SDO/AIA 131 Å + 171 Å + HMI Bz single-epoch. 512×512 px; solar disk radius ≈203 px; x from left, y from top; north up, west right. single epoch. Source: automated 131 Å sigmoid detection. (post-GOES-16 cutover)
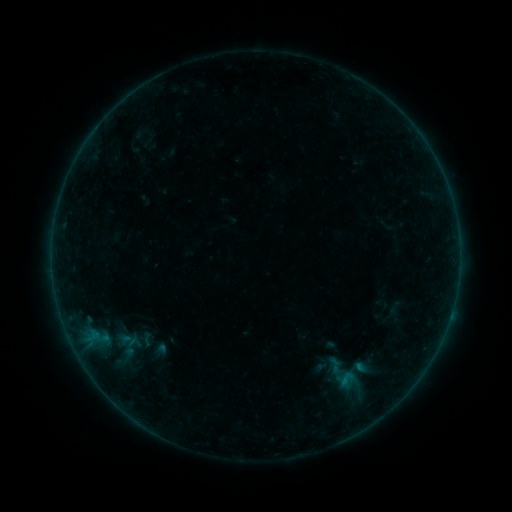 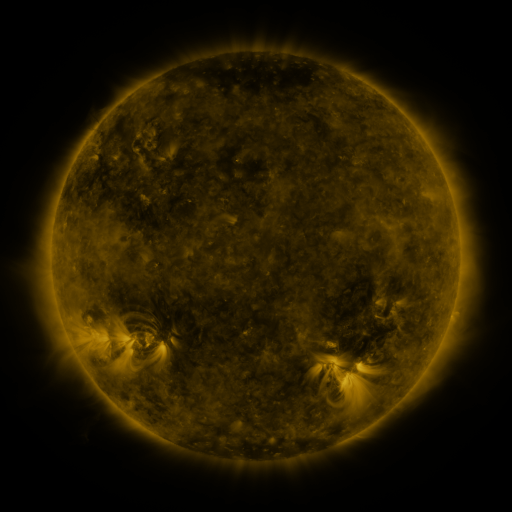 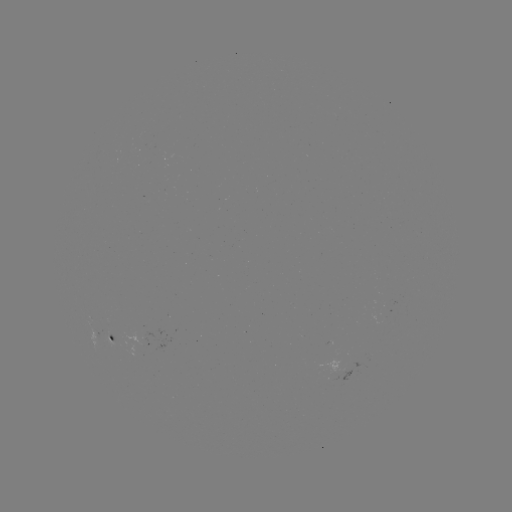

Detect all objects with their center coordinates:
sigmoid: (347, 379)
